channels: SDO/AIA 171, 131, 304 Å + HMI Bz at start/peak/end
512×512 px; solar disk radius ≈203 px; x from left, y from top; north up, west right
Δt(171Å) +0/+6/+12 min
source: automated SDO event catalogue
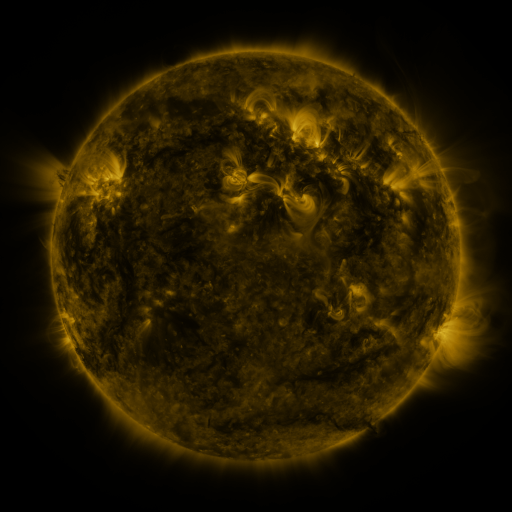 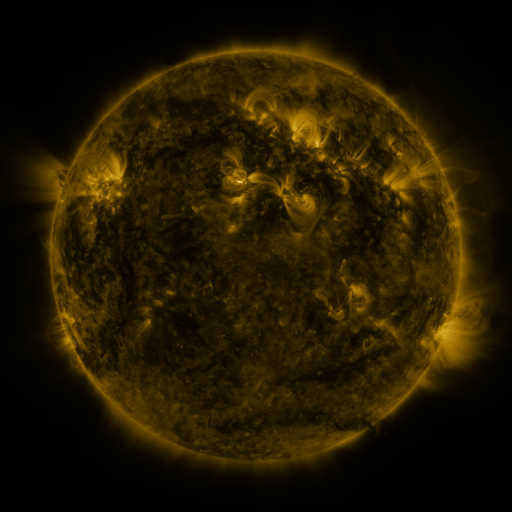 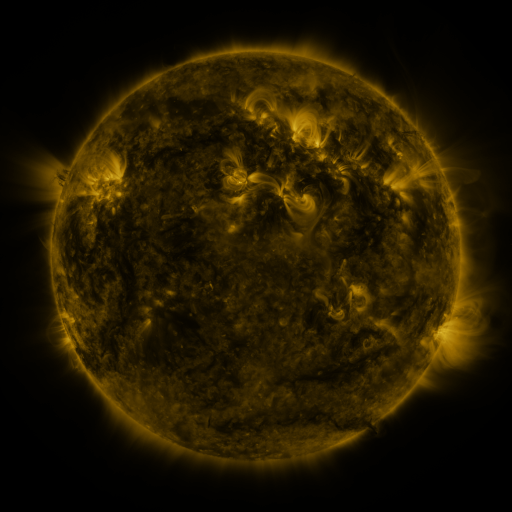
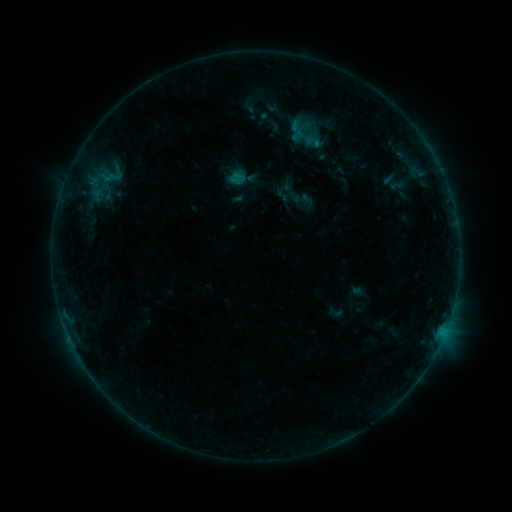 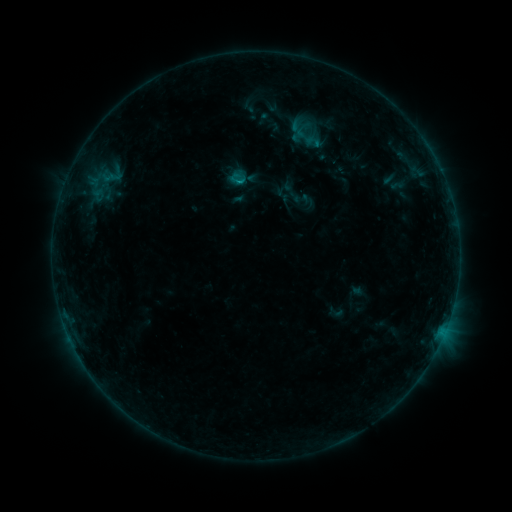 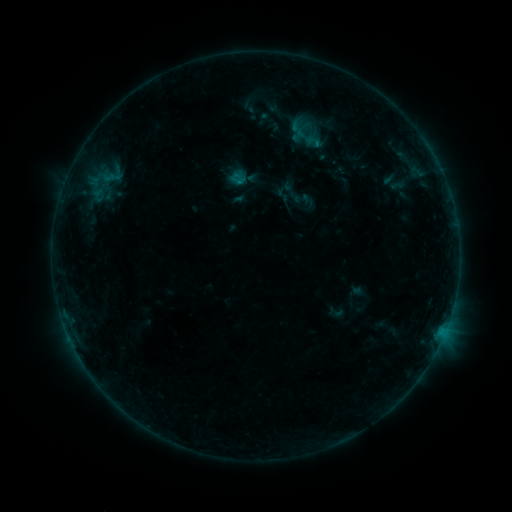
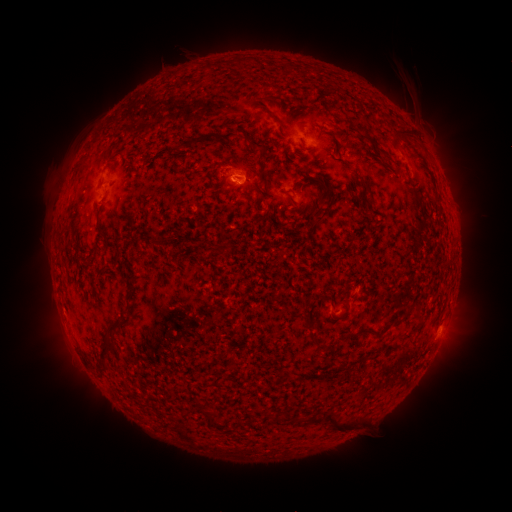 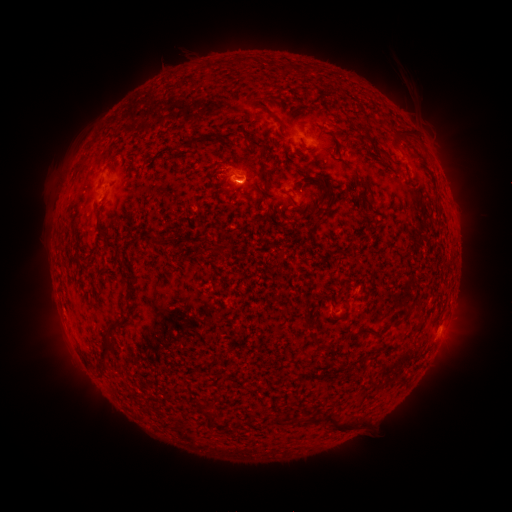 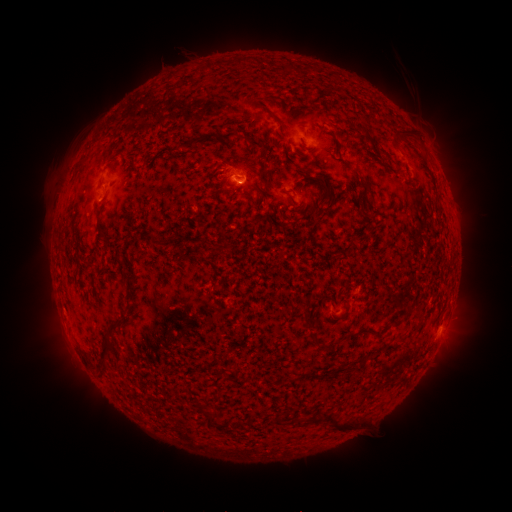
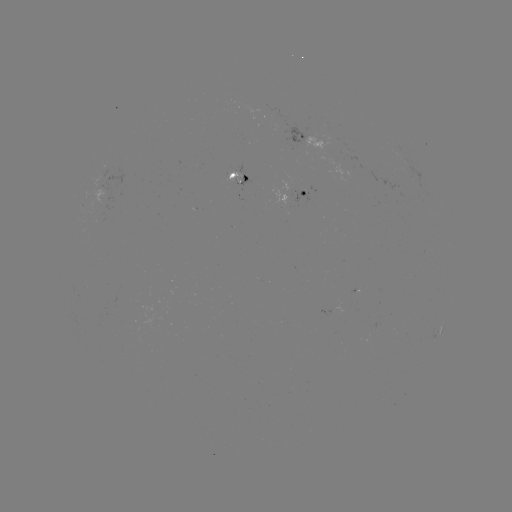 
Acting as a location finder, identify B3.6 flare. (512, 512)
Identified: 242,182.